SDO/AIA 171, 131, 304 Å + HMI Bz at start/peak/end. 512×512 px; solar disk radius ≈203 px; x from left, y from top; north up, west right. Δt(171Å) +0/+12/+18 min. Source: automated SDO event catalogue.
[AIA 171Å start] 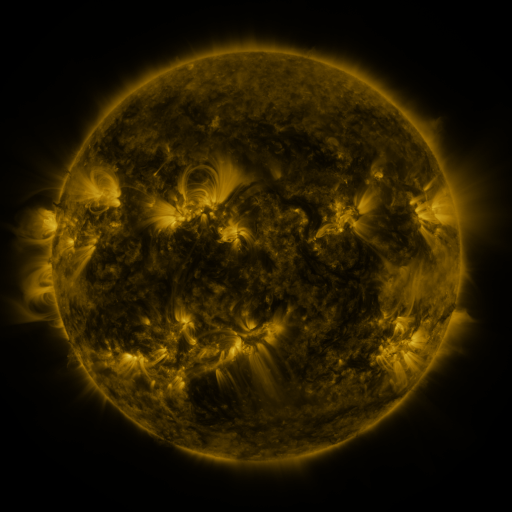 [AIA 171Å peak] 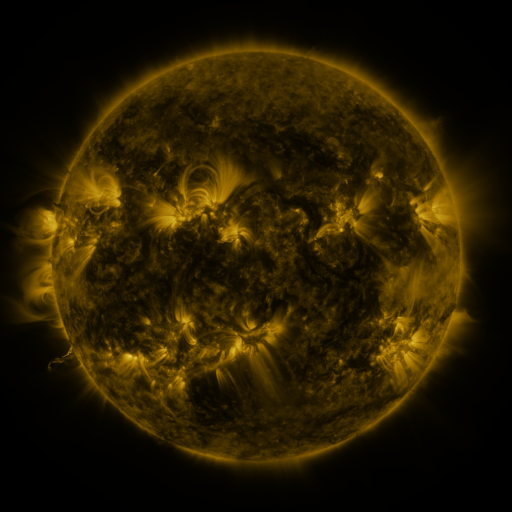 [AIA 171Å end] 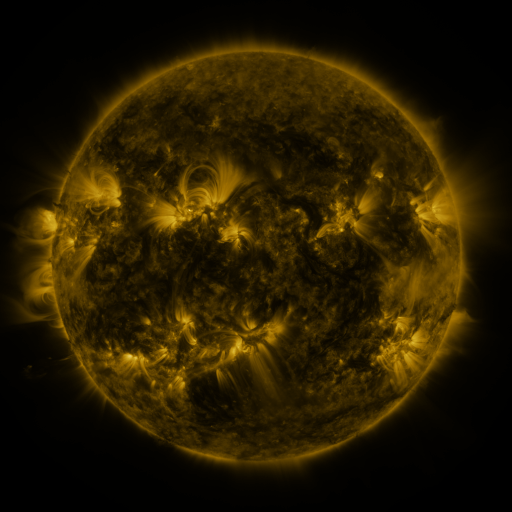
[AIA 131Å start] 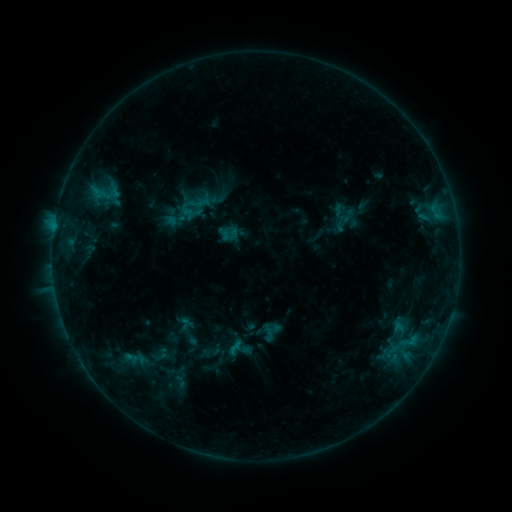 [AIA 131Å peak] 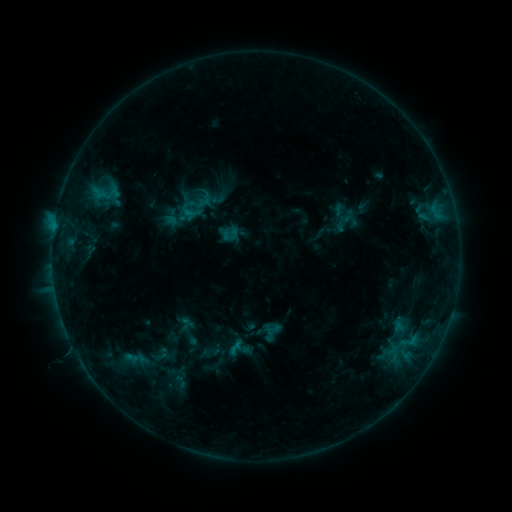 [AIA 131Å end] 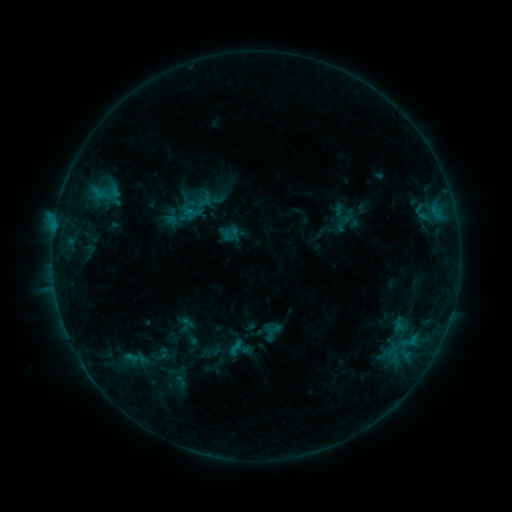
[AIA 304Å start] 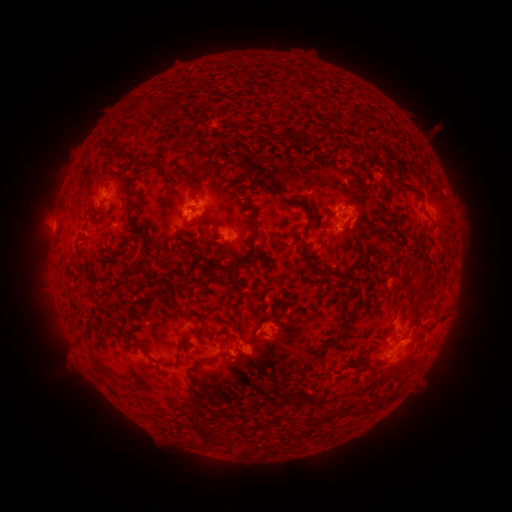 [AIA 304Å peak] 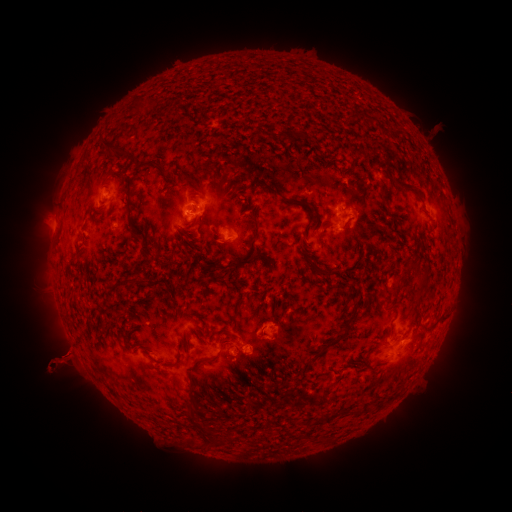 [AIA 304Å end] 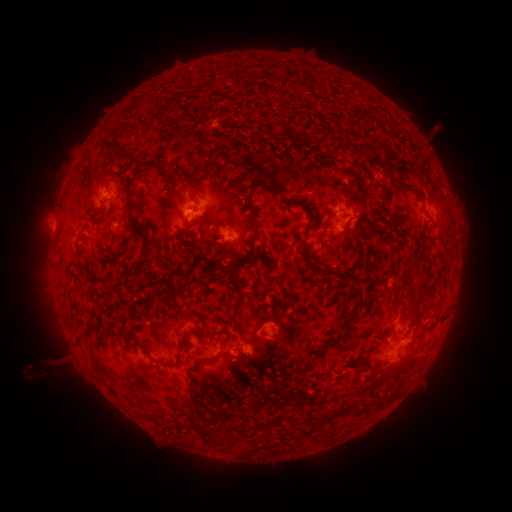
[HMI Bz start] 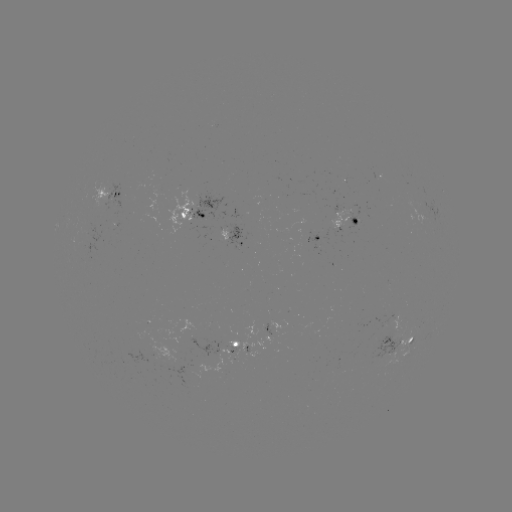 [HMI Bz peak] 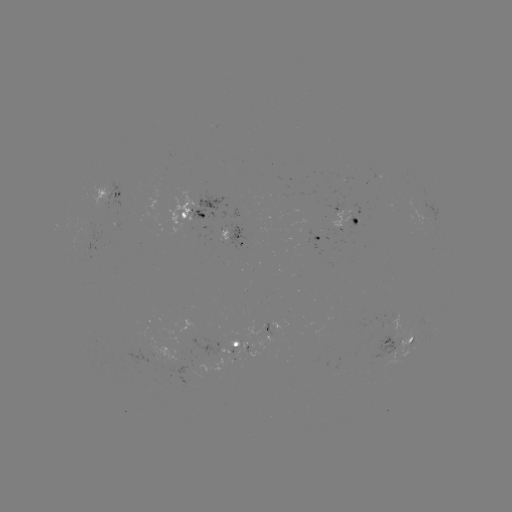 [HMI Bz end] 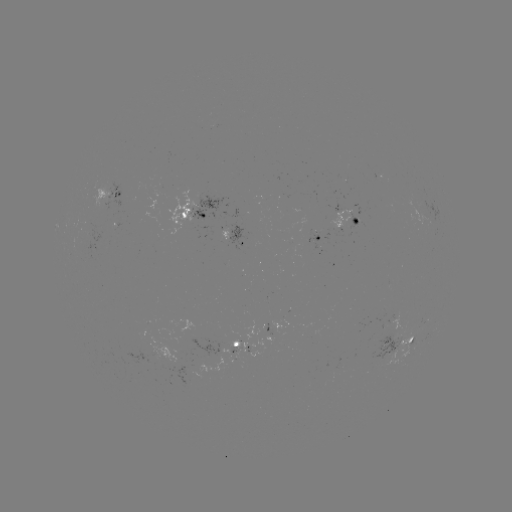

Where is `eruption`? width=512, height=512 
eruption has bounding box [17, 336, 91, 397].